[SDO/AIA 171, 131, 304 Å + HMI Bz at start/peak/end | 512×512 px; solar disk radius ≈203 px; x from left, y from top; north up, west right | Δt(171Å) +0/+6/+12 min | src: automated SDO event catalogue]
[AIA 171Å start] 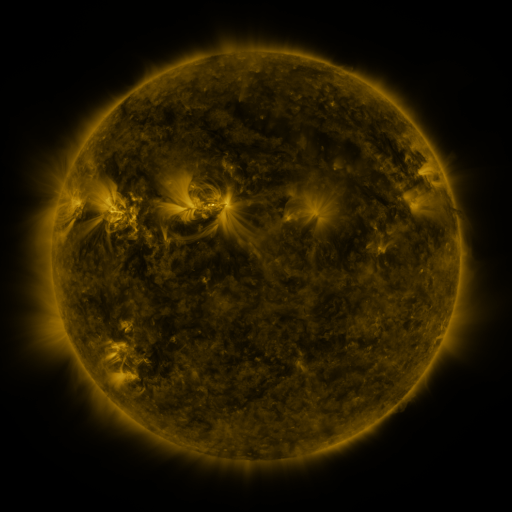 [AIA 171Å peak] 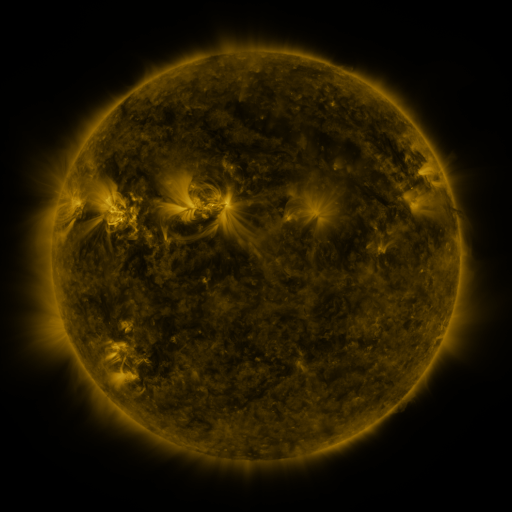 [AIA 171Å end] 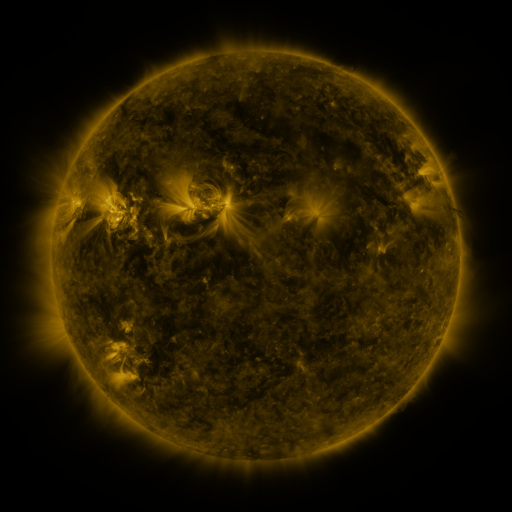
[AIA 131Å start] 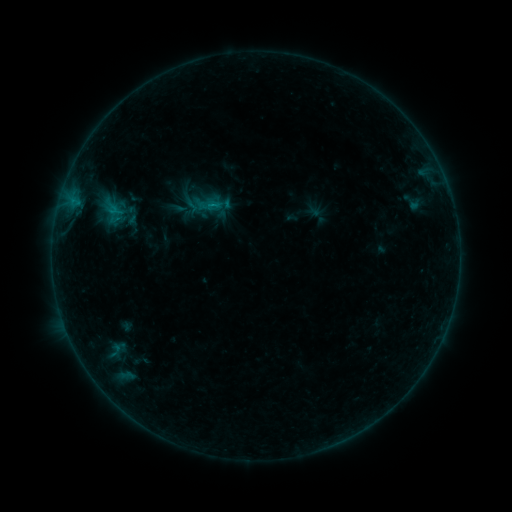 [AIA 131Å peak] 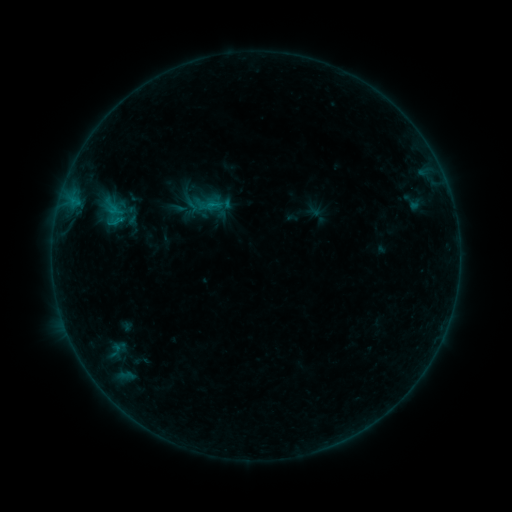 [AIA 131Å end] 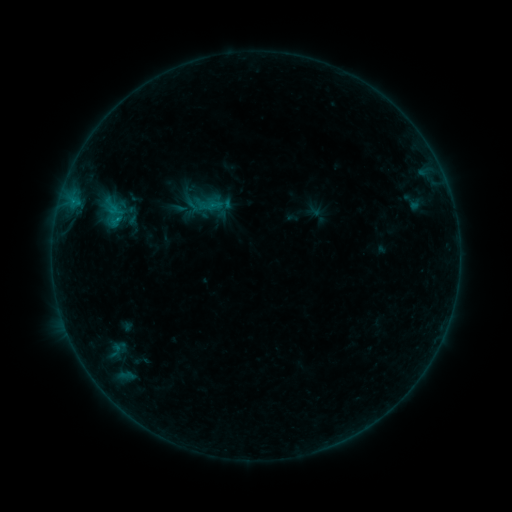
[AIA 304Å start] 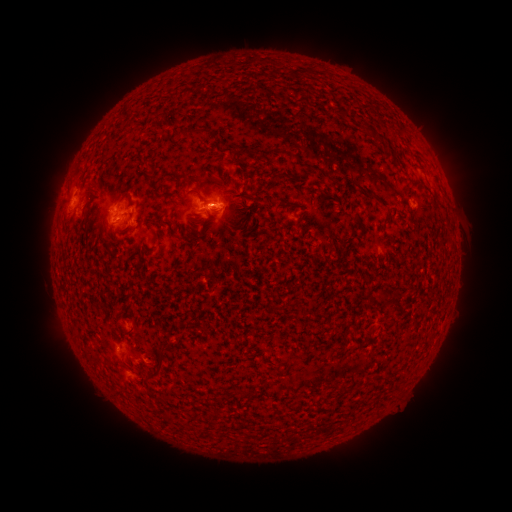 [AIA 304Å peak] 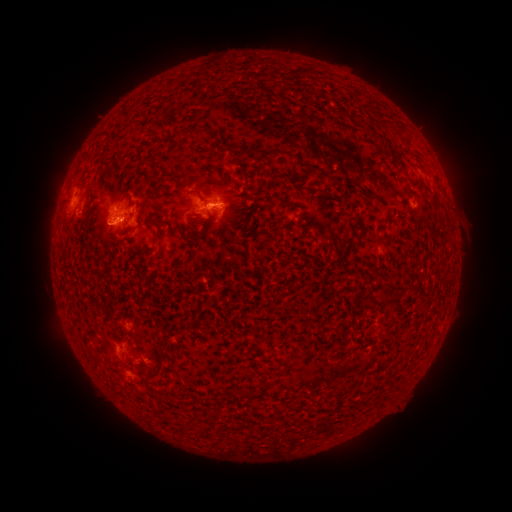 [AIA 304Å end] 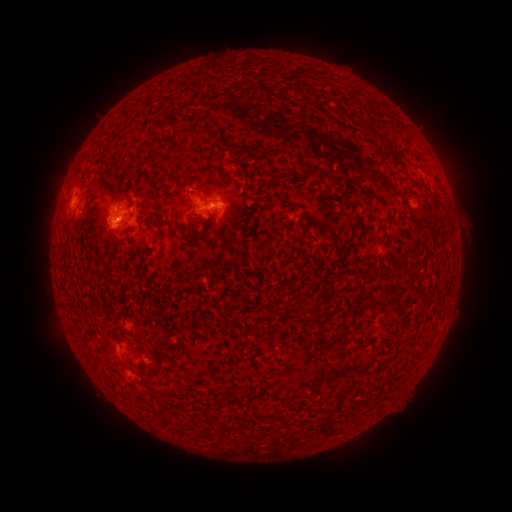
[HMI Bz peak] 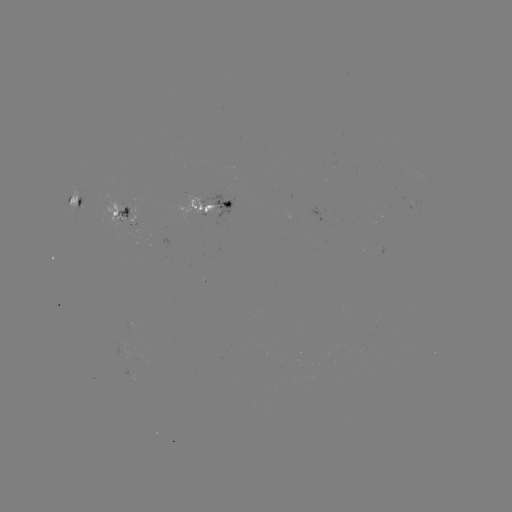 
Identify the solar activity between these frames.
C1.1 flare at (121, 220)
